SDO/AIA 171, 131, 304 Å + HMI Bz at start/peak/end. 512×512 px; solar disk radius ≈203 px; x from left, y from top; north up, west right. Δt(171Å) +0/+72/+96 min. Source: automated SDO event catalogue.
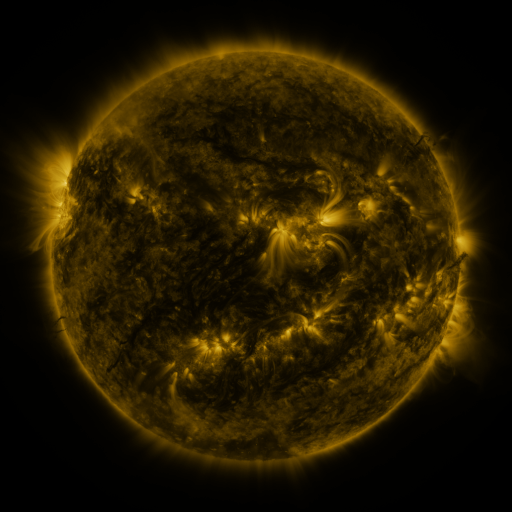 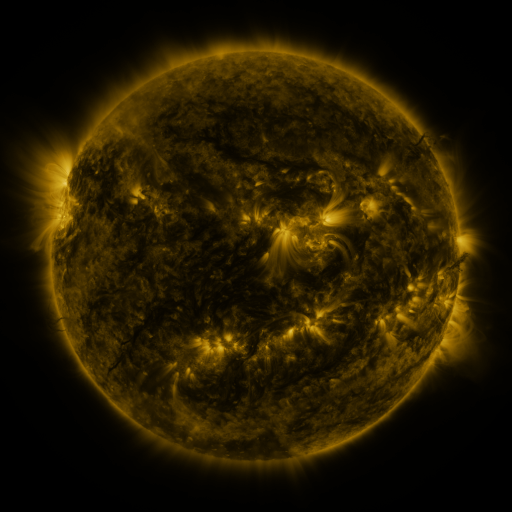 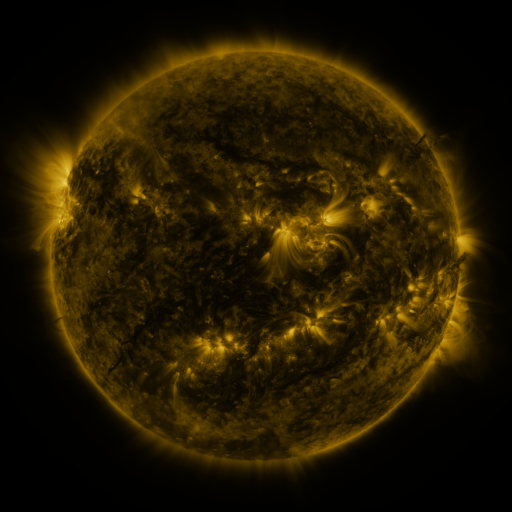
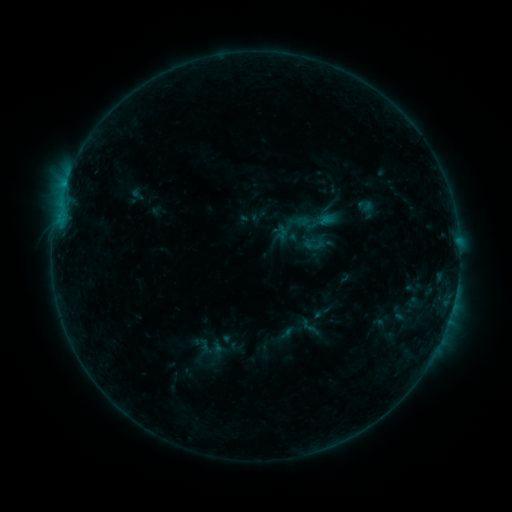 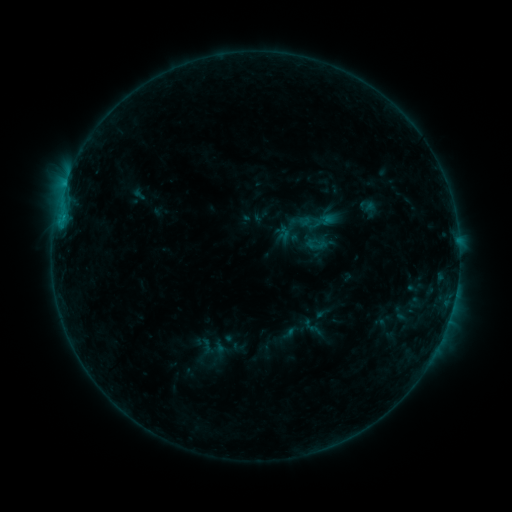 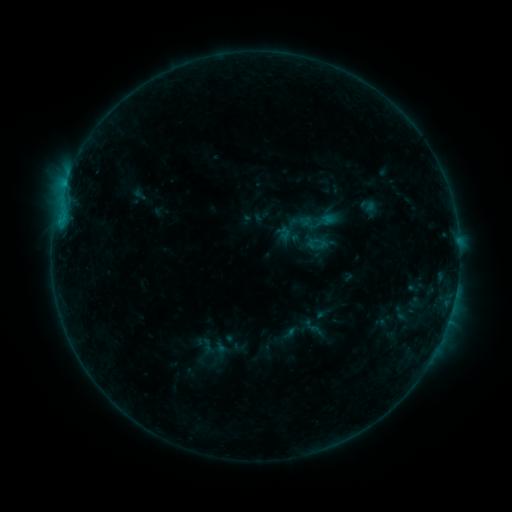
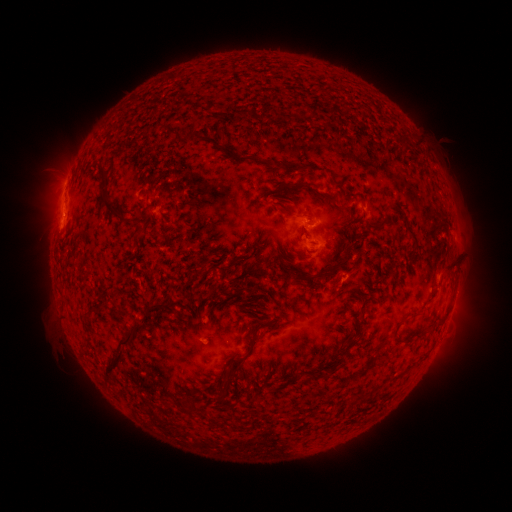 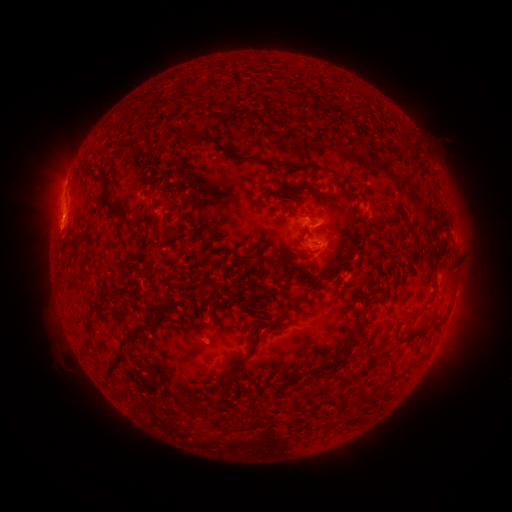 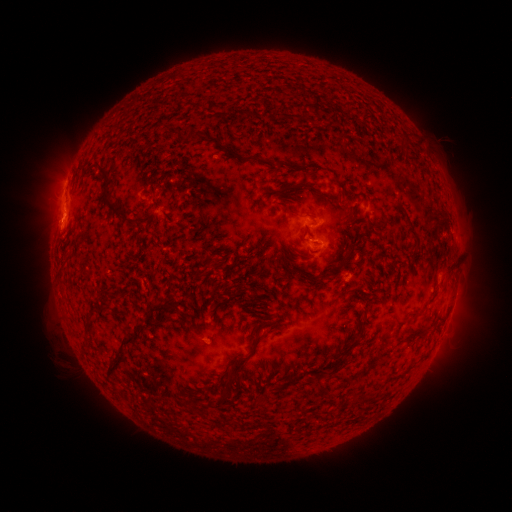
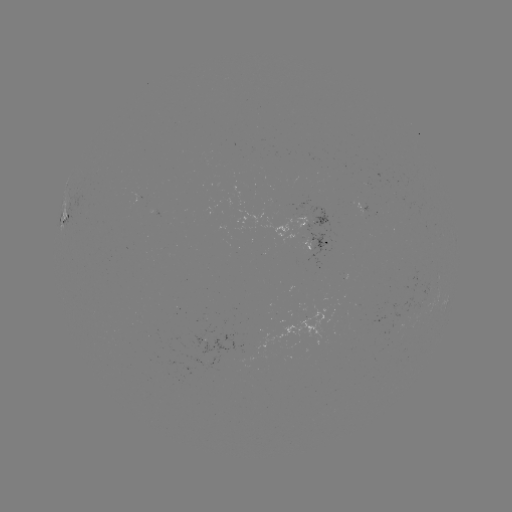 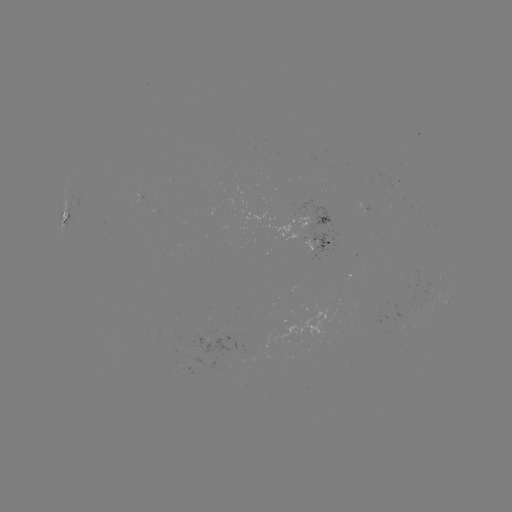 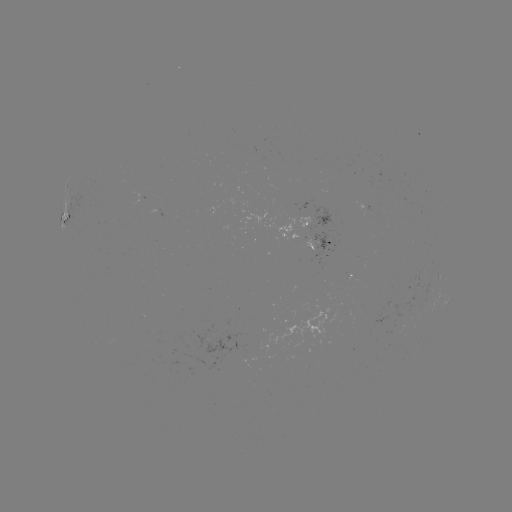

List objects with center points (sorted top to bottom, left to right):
emerging-flux region: (318, 235)
